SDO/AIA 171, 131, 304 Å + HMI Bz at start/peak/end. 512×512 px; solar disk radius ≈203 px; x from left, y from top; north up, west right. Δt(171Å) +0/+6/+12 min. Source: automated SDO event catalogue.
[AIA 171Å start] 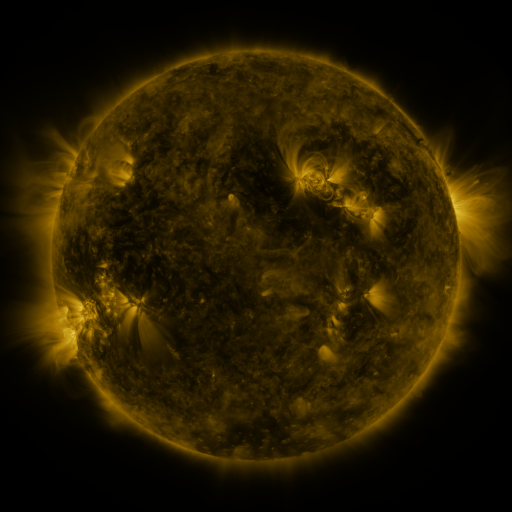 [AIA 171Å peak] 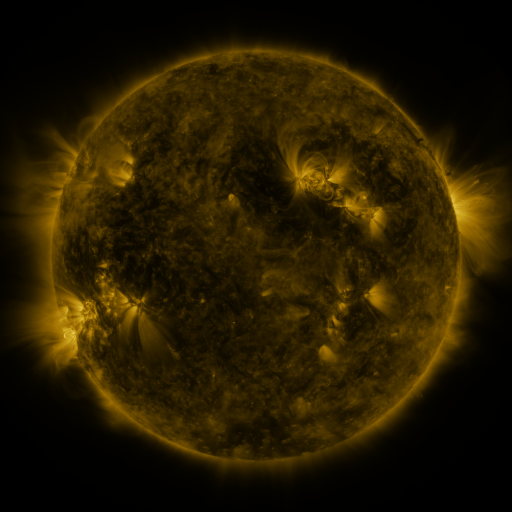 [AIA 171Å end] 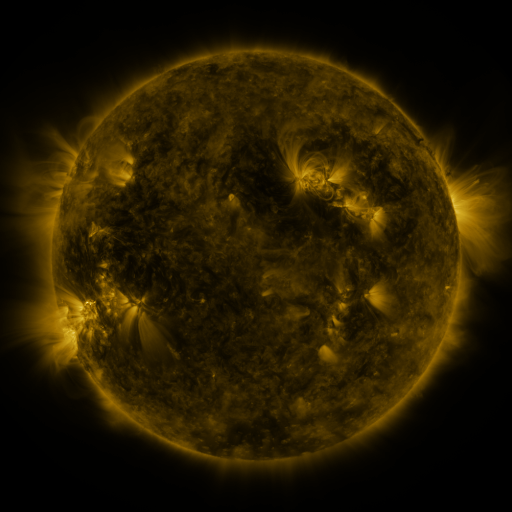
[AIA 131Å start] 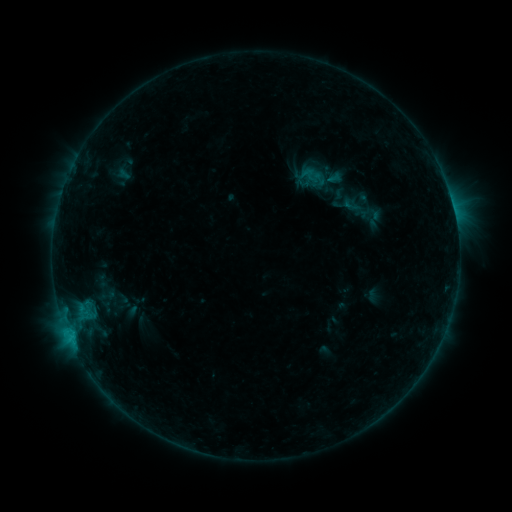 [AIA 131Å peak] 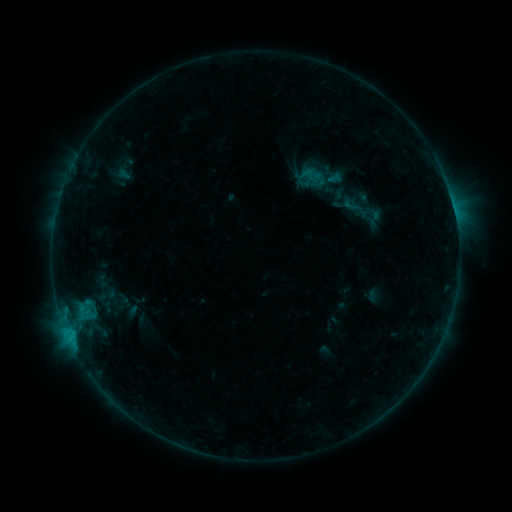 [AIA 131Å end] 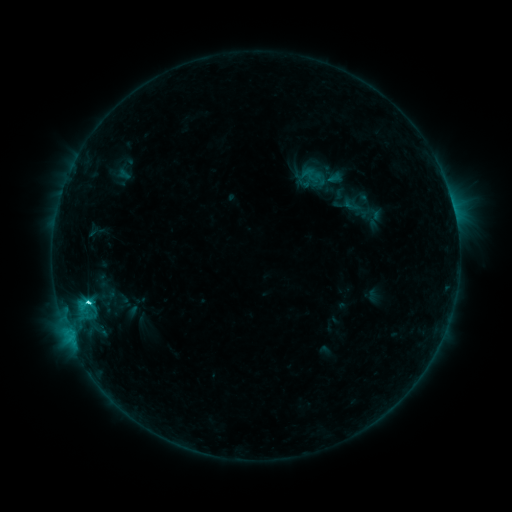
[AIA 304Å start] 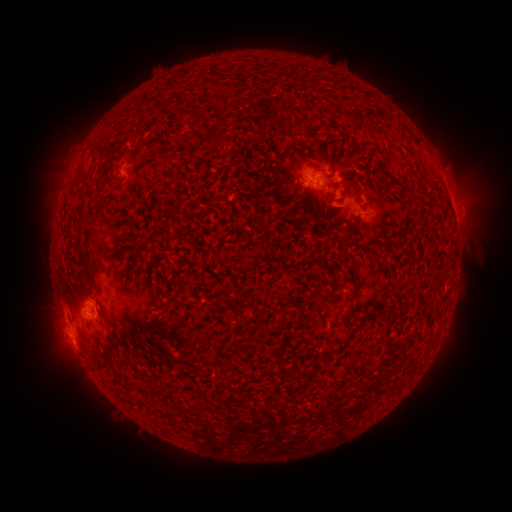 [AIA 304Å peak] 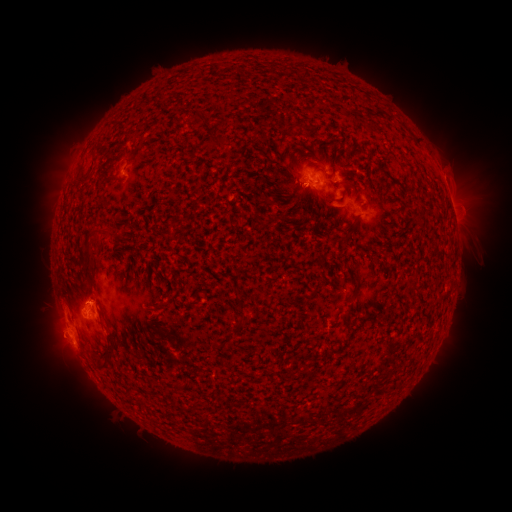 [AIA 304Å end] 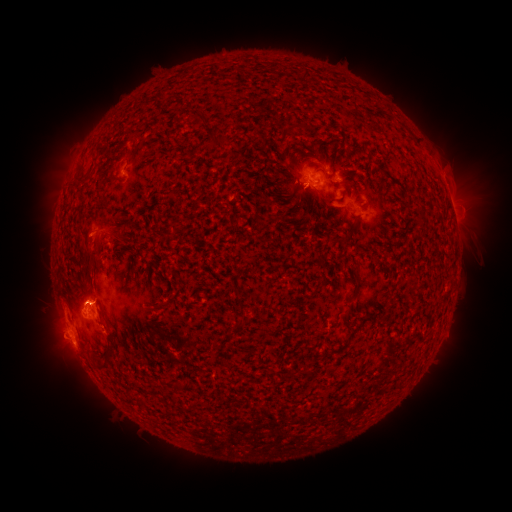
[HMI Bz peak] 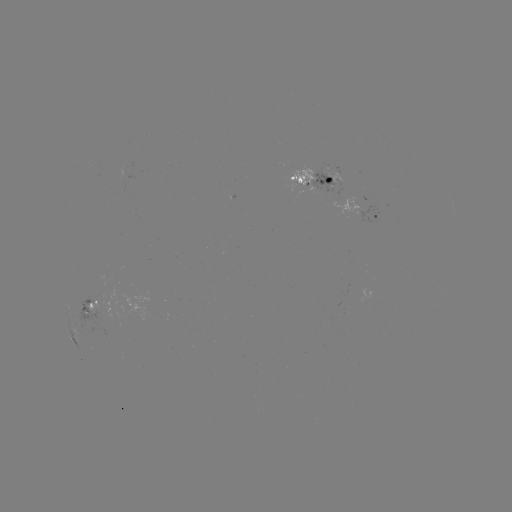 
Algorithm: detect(C4.0 flare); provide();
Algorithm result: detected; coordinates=70,332